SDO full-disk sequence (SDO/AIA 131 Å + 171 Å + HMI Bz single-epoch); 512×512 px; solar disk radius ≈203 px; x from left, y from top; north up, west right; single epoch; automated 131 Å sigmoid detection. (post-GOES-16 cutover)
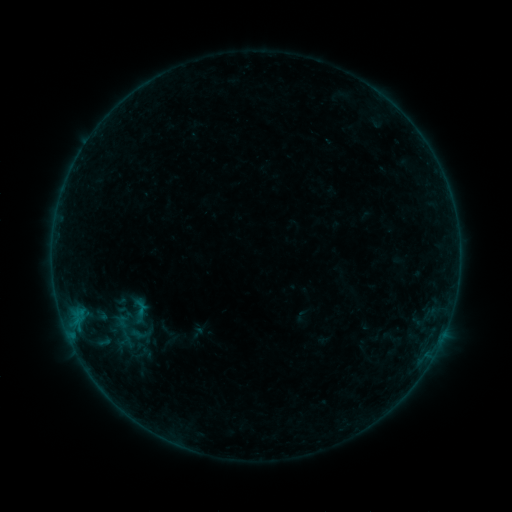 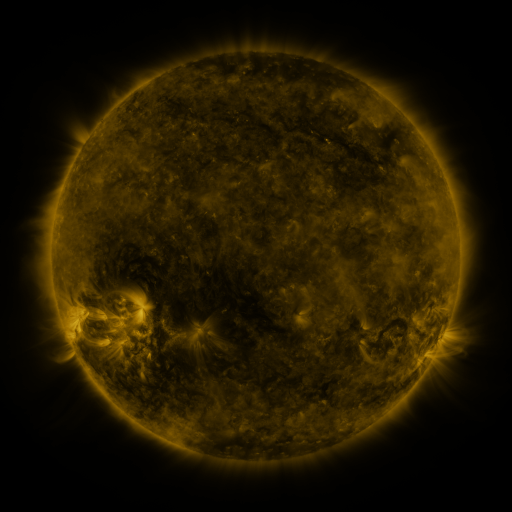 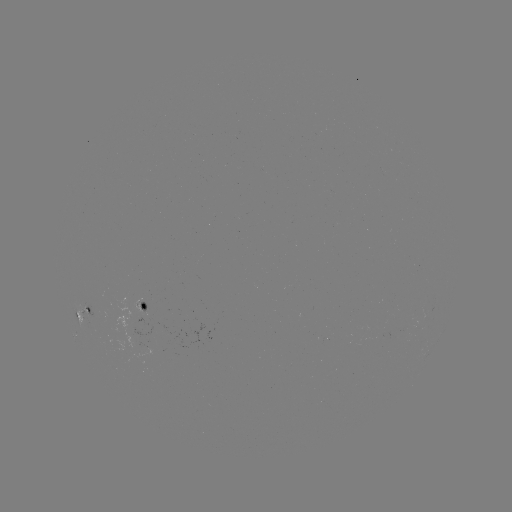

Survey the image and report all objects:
sigmoid: (139, 334)
